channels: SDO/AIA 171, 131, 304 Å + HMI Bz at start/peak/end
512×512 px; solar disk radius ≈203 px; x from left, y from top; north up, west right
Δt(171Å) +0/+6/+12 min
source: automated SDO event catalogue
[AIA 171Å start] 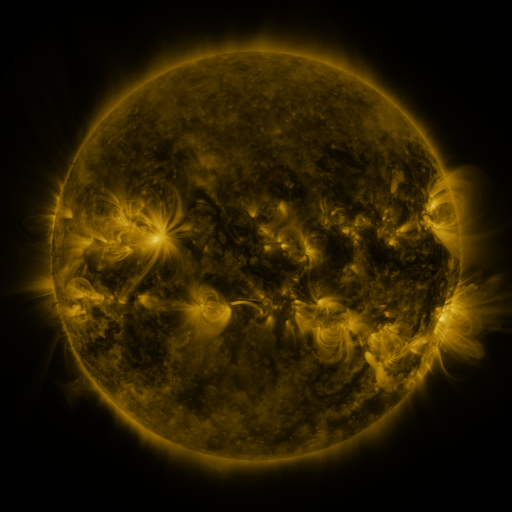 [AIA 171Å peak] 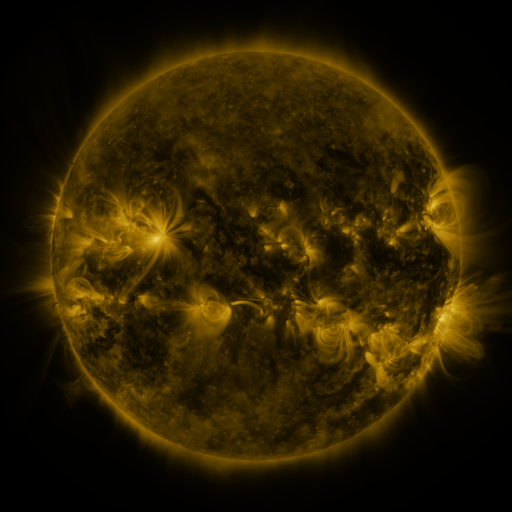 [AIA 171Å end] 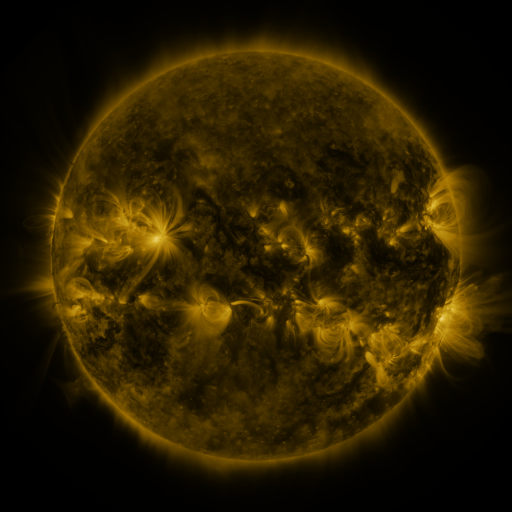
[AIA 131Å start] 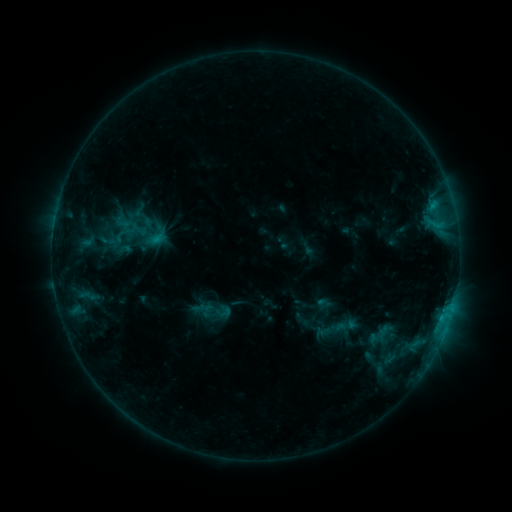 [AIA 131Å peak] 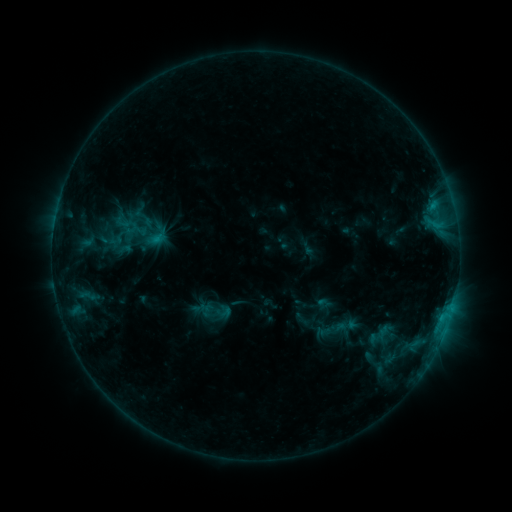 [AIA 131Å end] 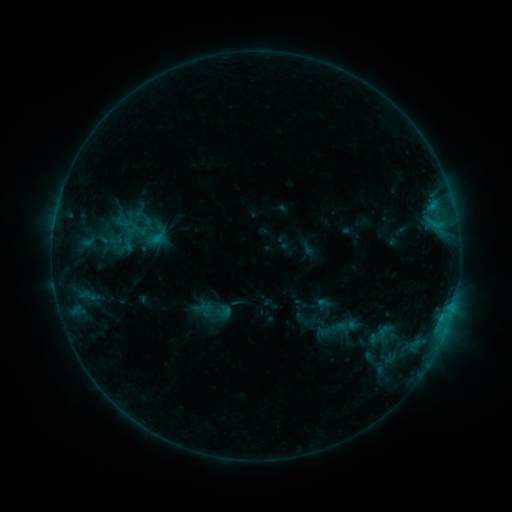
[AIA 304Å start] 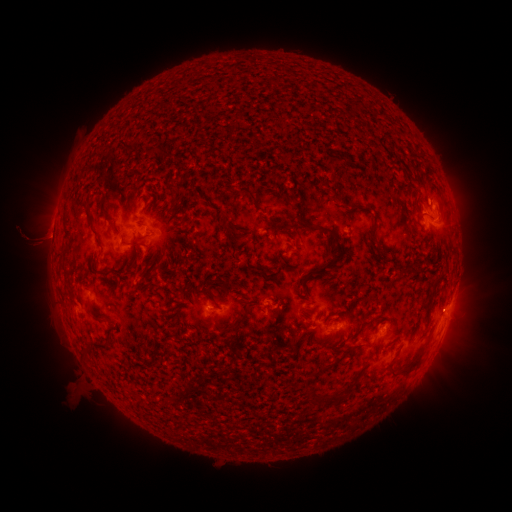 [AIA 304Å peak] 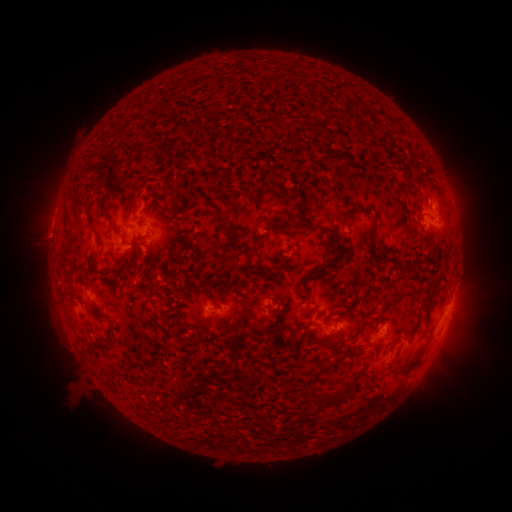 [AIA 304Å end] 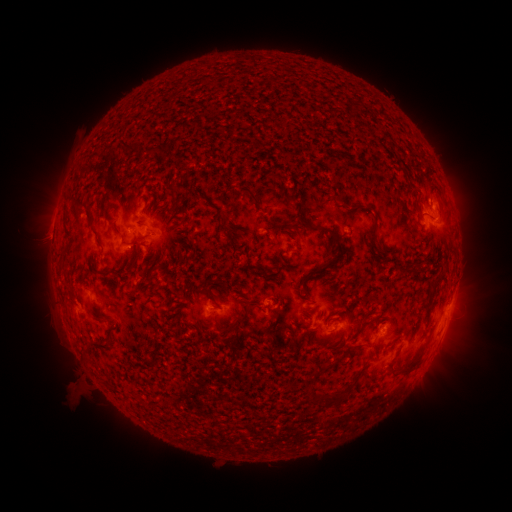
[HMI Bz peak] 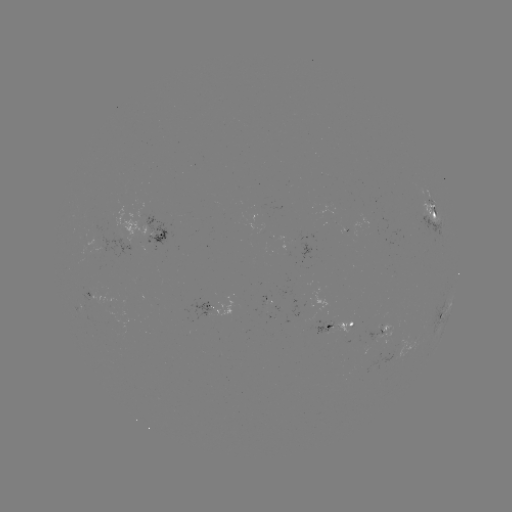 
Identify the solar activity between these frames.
no catalogued flare and no flagged EUV brightening in this window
